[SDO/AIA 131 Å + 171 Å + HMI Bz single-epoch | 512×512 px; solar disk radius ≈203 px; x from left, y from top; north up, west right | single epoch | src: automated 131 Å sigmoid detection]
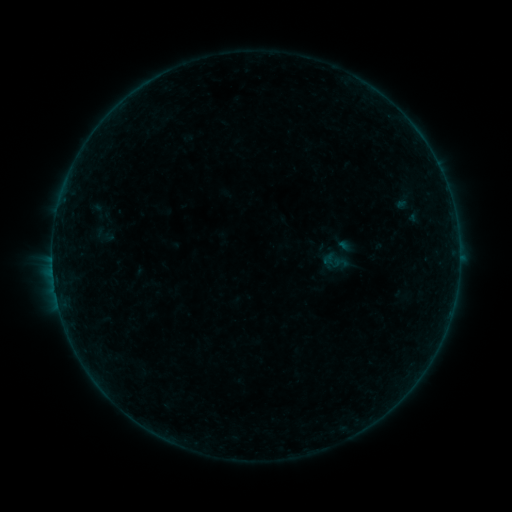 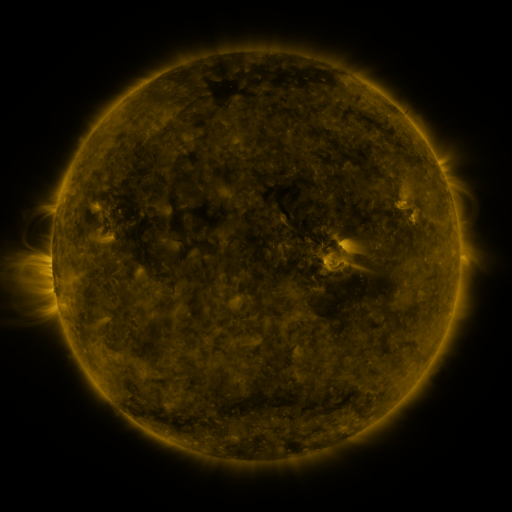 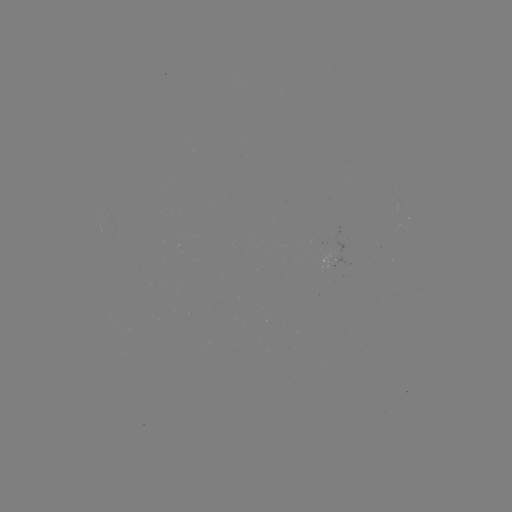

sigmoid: [314, 231, 366, 279]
